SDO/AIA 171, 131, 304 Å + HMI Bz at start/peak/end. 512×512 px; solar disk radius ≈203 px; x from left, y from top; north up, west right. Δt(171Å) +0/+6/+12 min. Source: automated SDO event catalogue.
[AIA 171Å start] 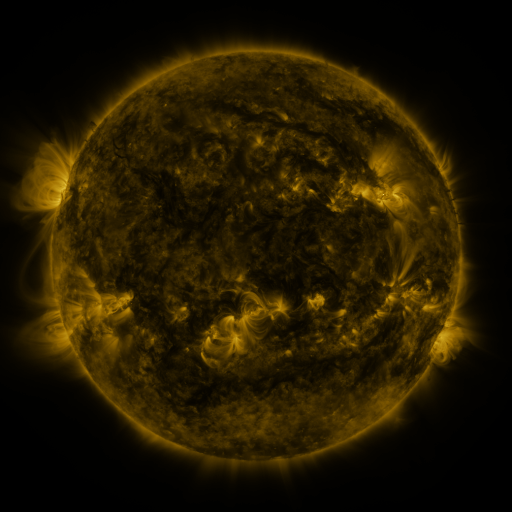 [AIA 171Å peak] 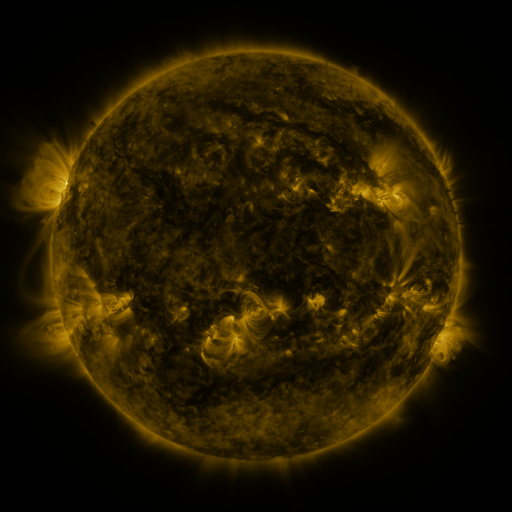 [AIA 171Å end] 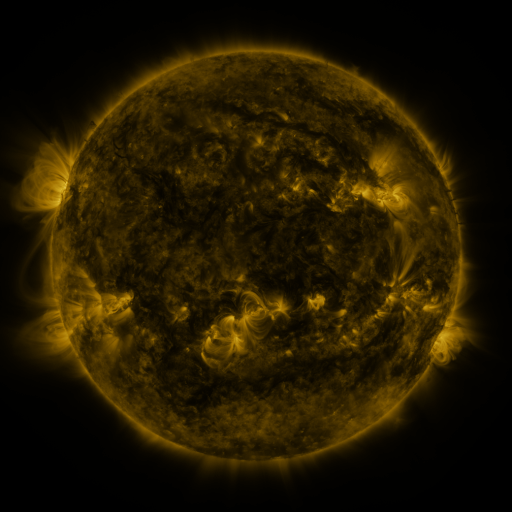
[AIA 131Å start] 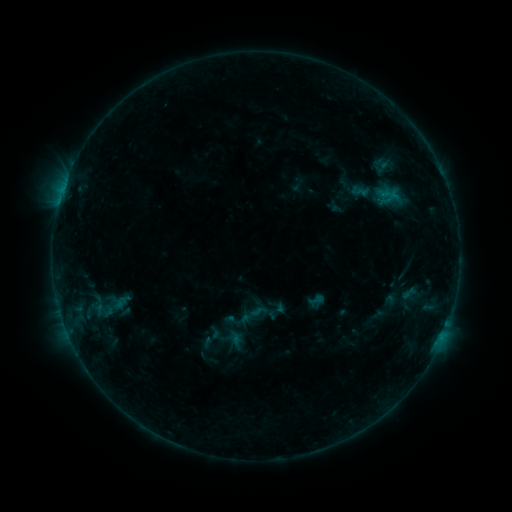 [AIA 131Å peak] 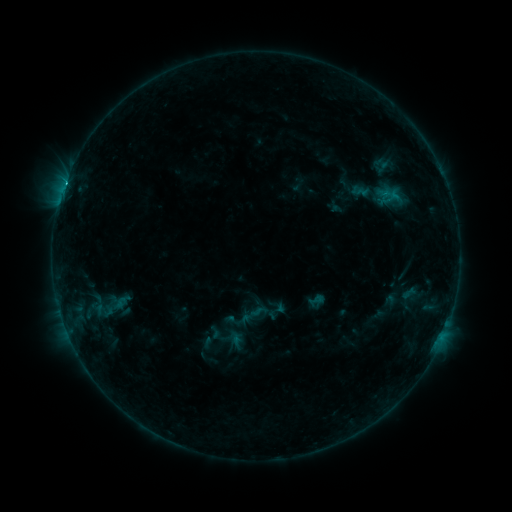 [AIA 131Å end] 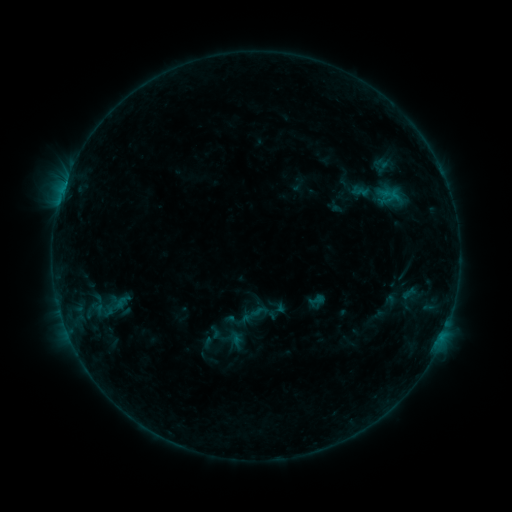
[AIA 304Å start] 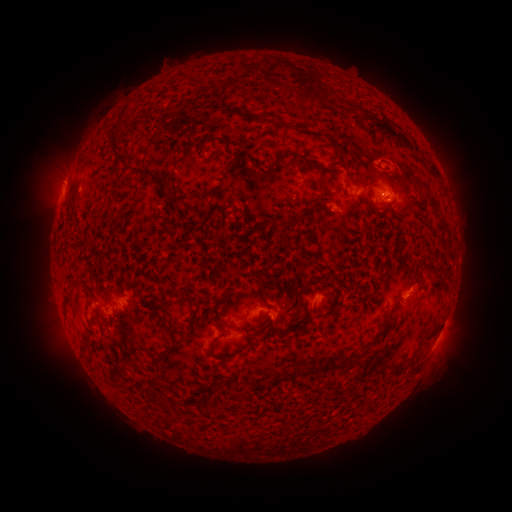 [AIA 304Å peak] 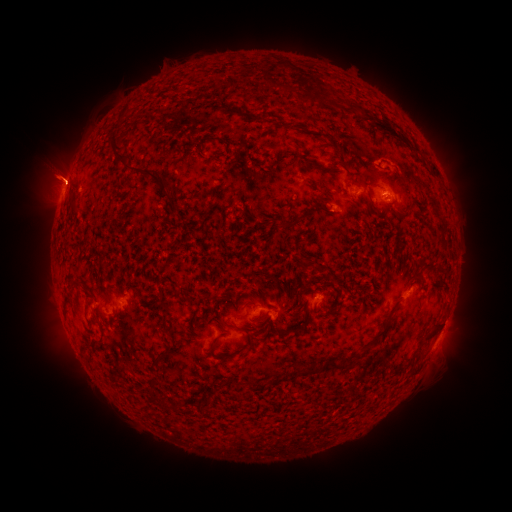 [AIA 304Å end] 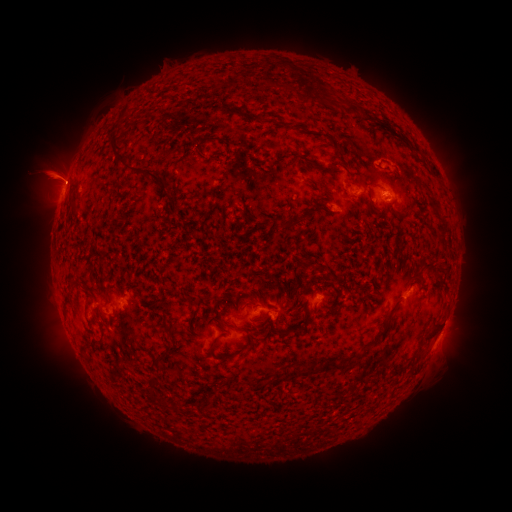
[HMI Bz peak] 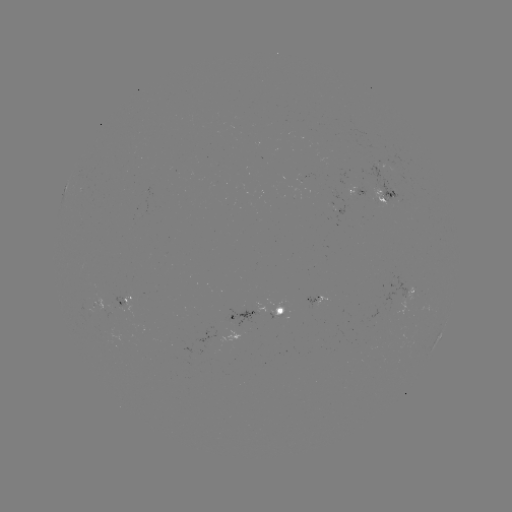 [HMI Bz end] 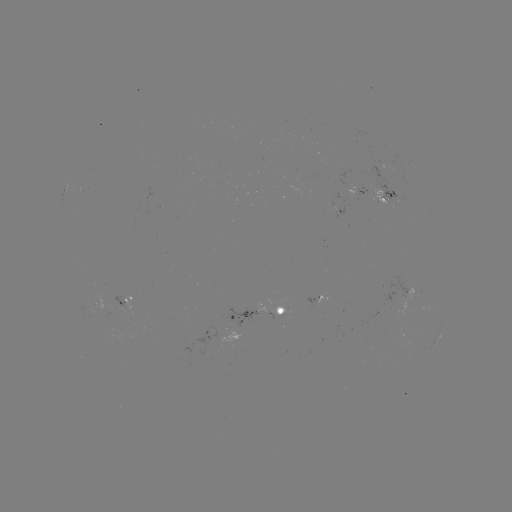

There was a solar flare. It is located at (65, 185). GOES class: B7.3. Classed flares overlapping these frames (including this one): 1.